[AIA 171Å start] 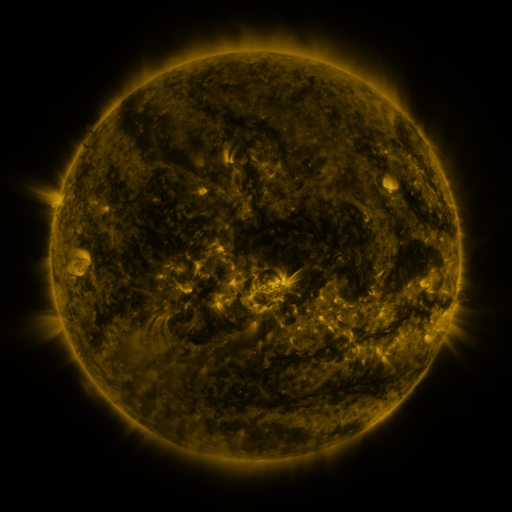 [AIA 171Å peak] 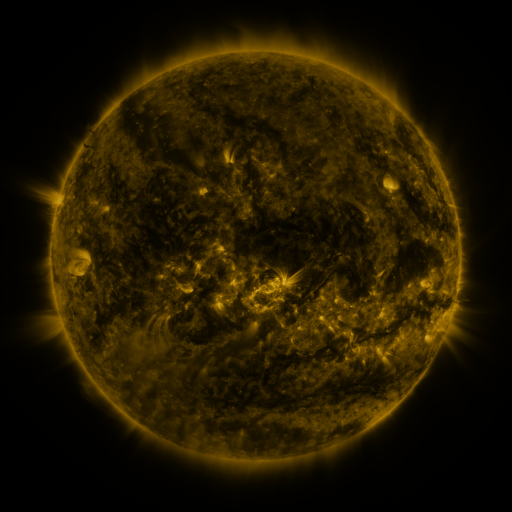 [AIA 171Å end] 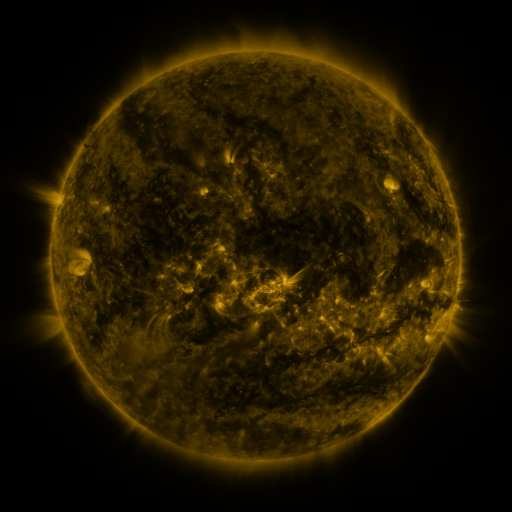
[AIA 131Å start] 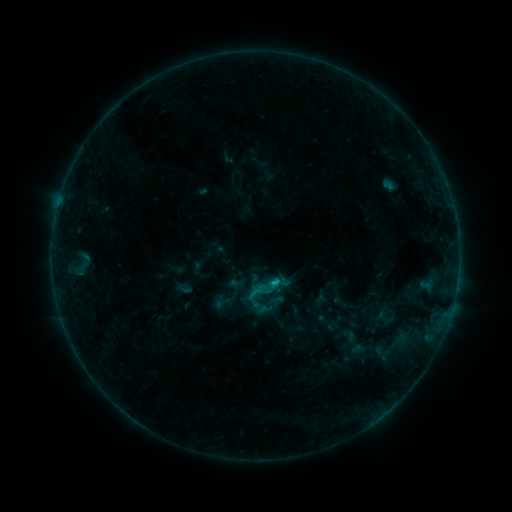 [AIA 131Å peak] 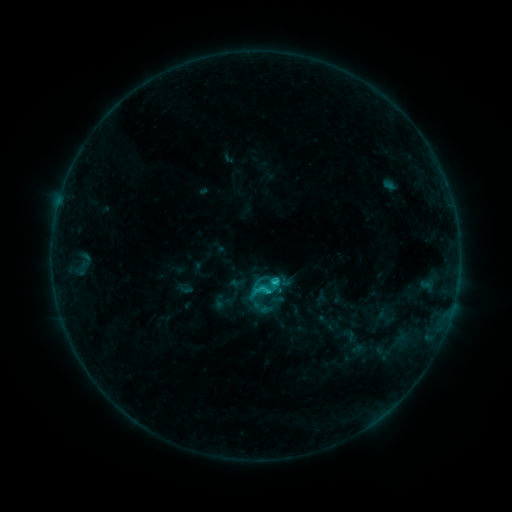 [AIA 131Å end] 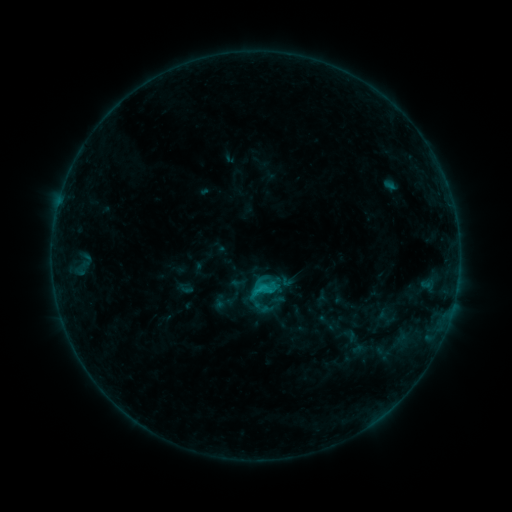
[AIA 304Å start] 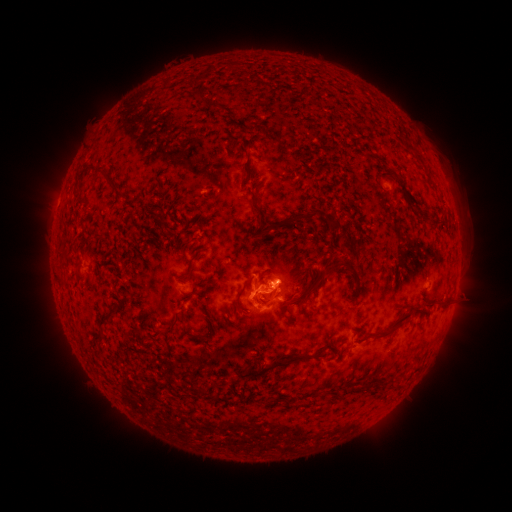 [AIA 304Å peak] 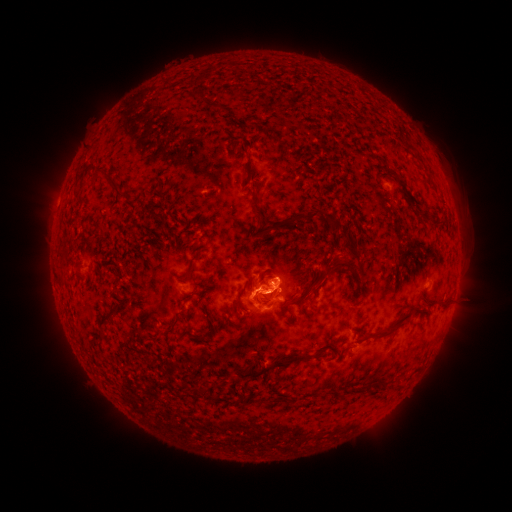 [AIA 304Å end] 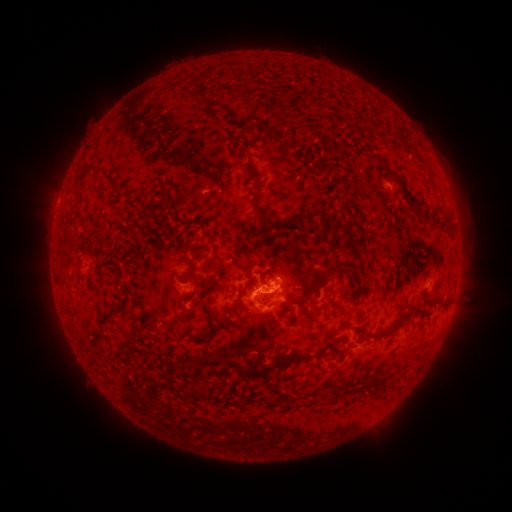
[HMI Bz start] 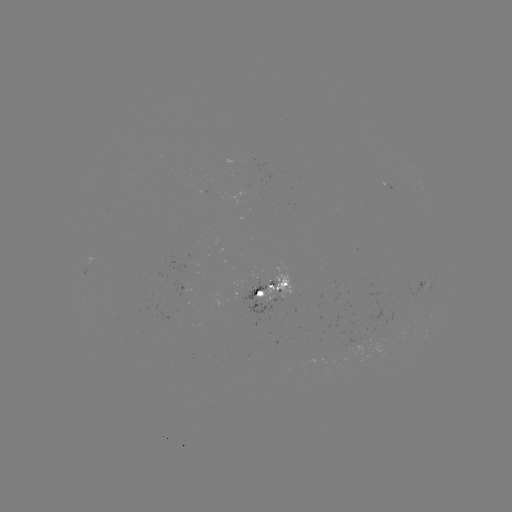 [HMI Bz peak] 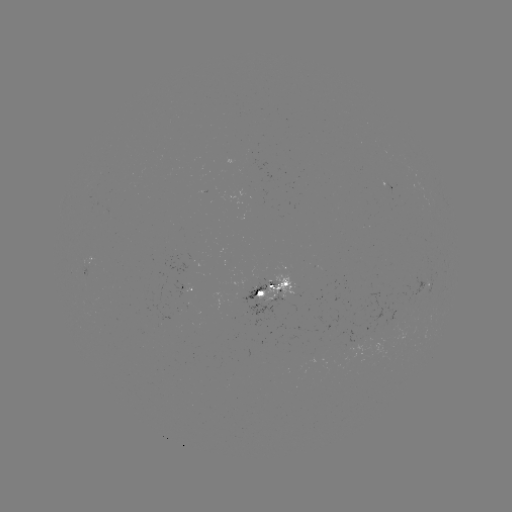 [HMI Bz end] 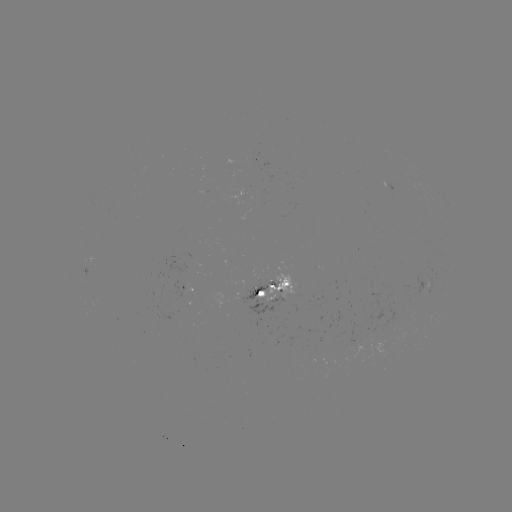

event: flare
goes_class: C1.9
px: (273, 280)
